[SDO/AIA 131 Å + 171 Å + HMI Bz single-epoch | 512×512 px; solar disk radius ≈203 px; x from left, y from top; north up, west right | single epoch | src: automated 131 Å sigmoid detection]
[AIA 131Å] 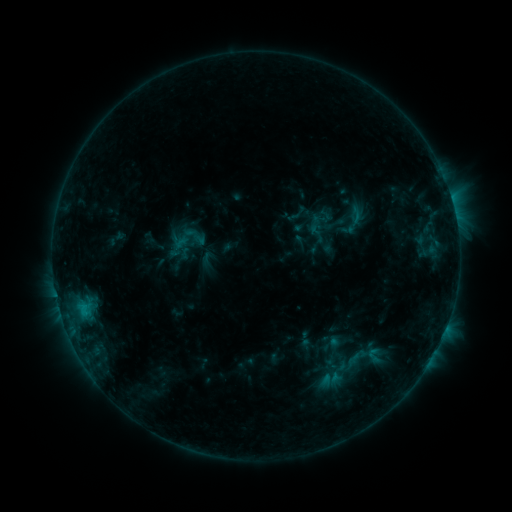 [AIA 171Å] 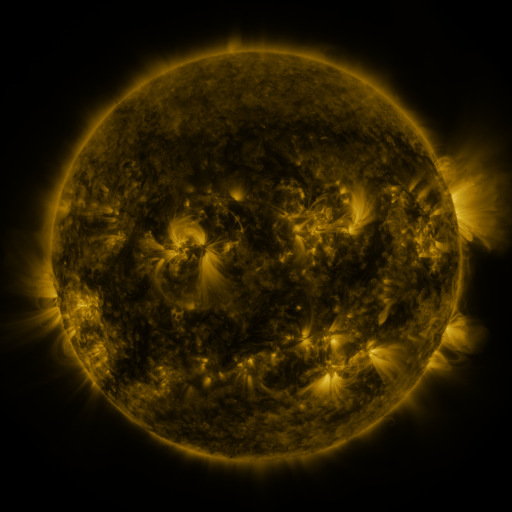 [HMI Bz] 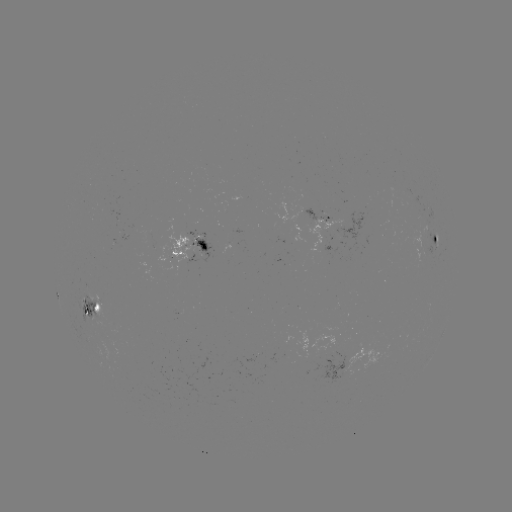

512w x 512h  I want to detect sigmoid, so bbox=[304, 210, 329, 232].